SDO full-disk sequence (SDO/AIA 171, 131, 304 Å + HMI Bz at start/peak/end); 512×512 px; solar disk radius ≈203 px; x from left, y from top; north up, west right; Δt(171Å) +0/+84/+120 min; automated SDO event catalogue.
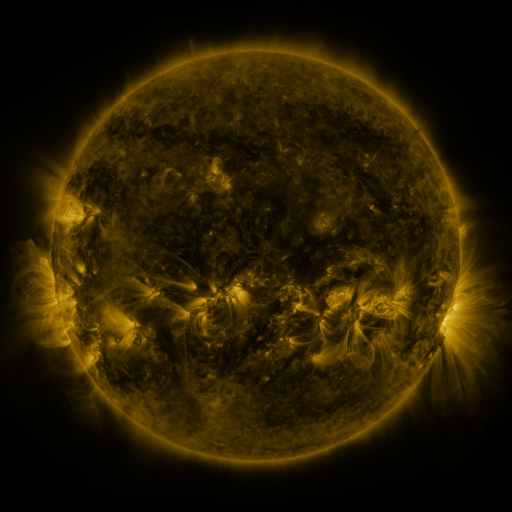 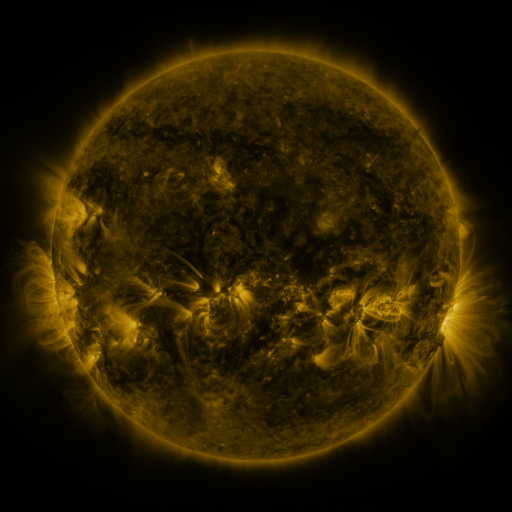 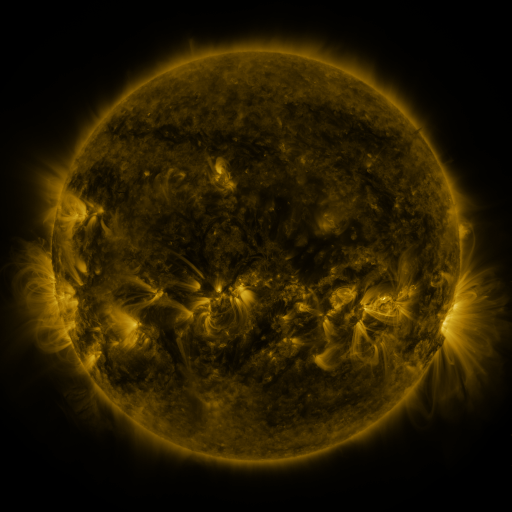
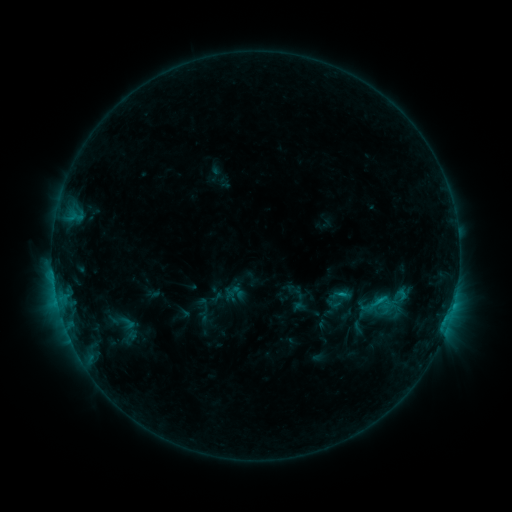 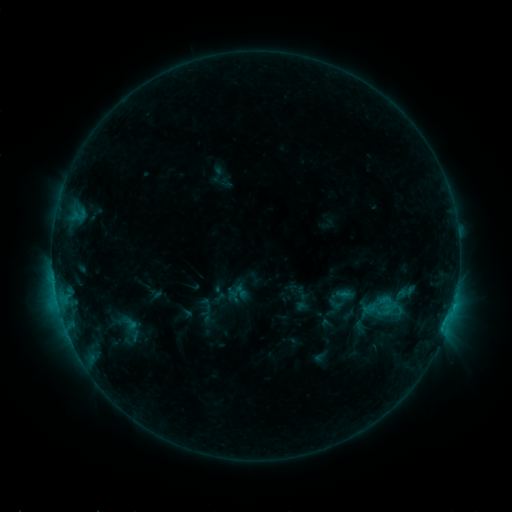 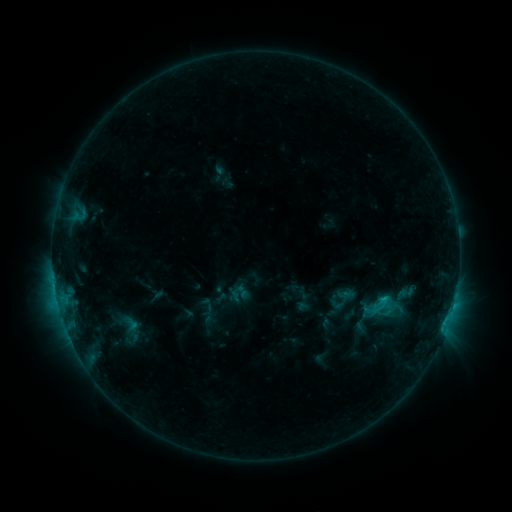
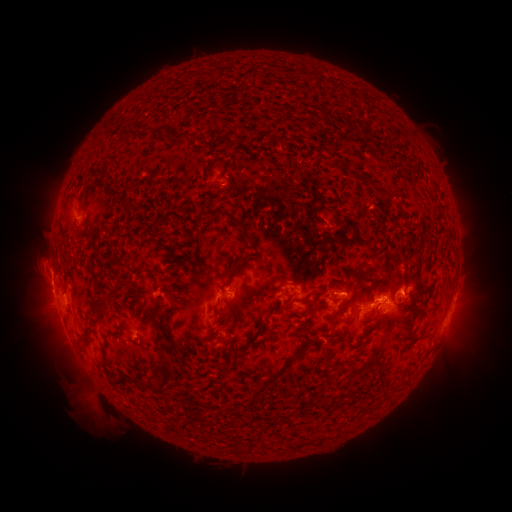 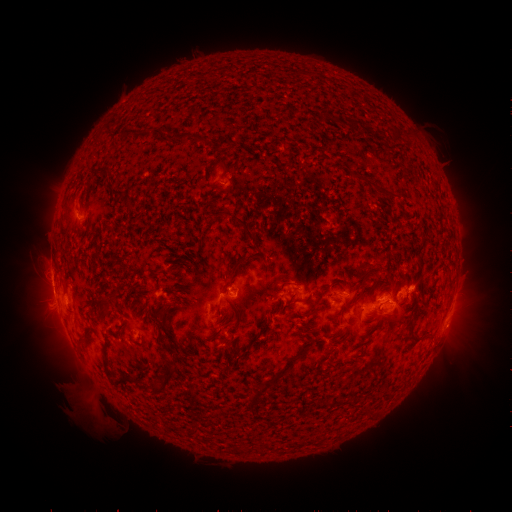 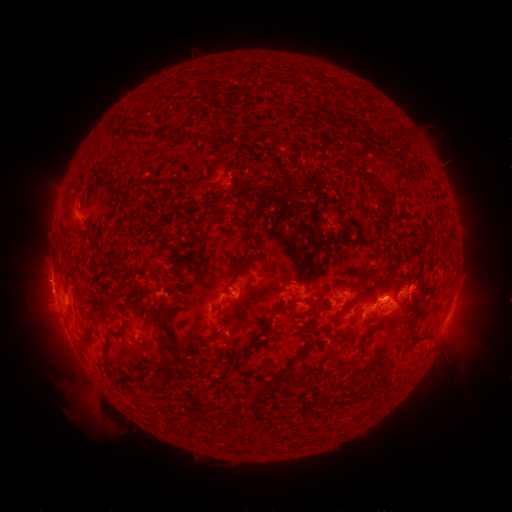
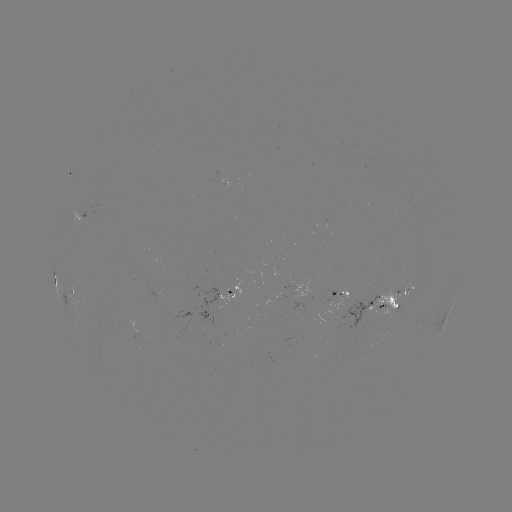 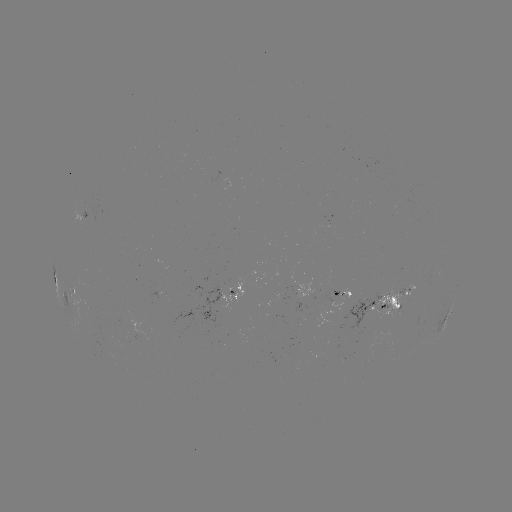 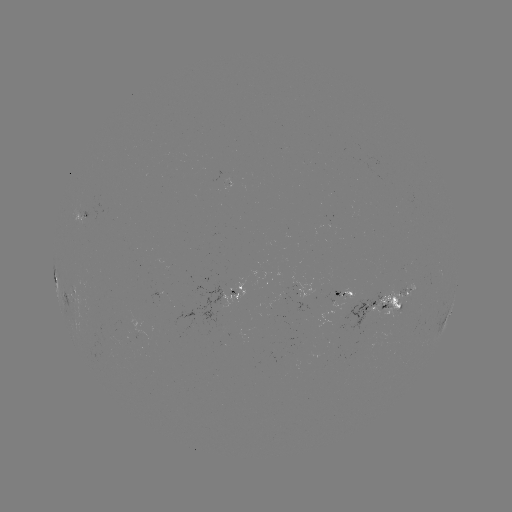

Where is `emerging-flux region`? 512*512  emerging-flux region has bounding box [374, 289, 411, 318].